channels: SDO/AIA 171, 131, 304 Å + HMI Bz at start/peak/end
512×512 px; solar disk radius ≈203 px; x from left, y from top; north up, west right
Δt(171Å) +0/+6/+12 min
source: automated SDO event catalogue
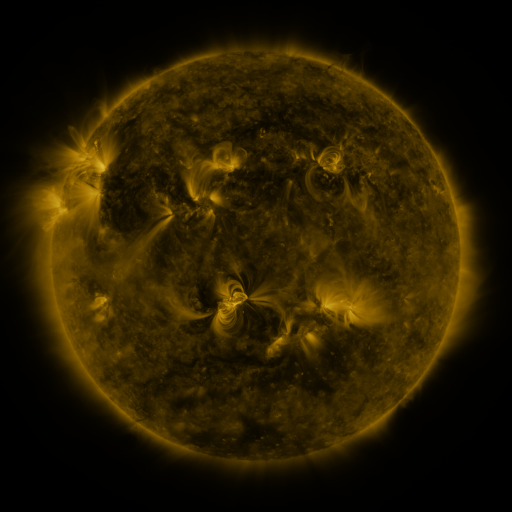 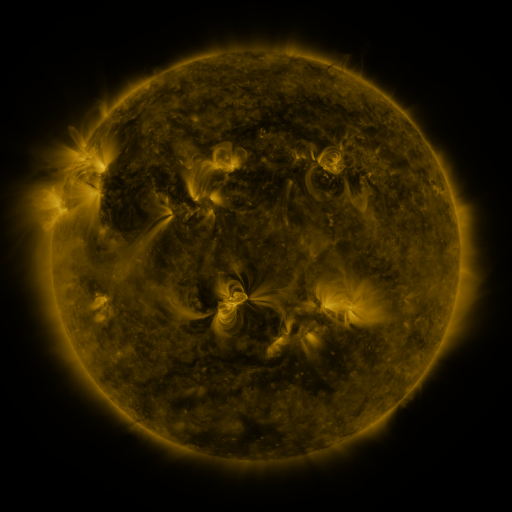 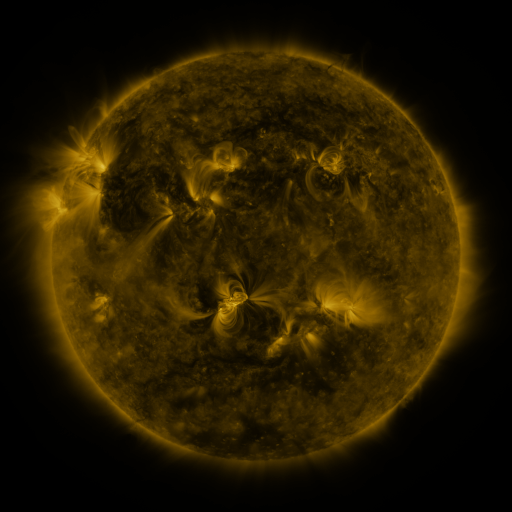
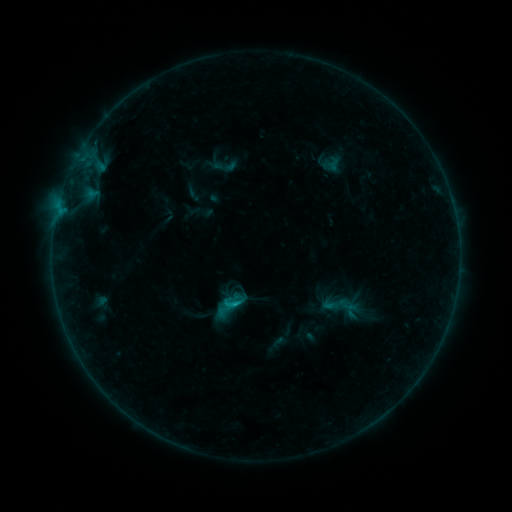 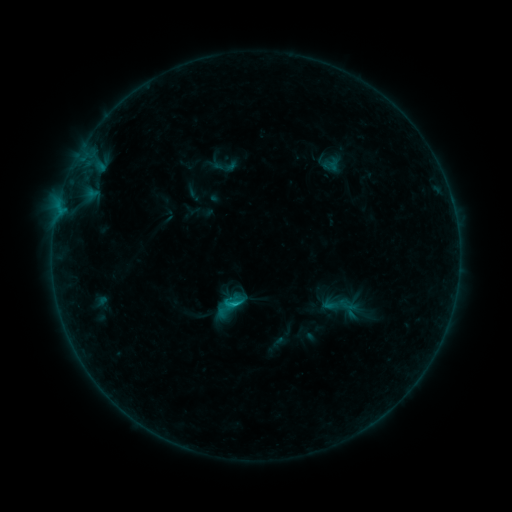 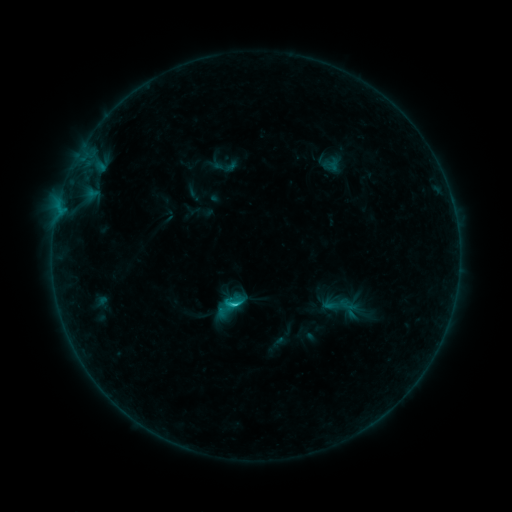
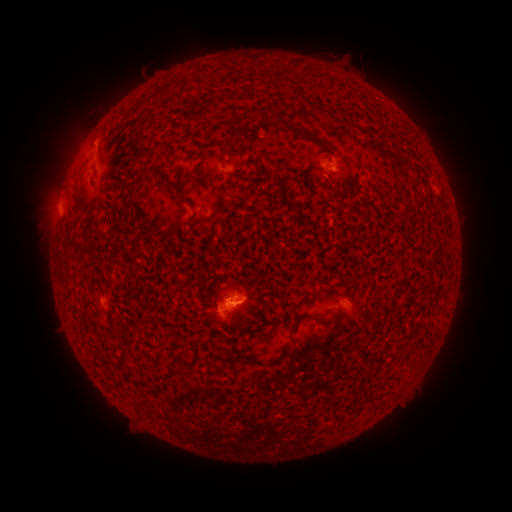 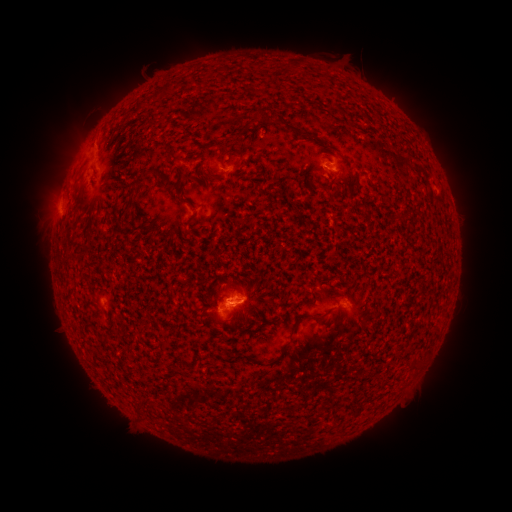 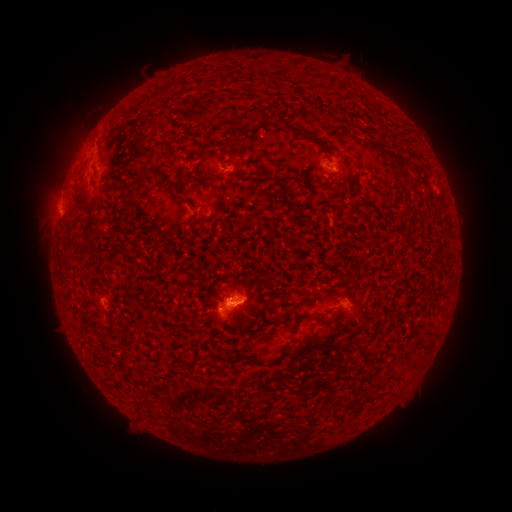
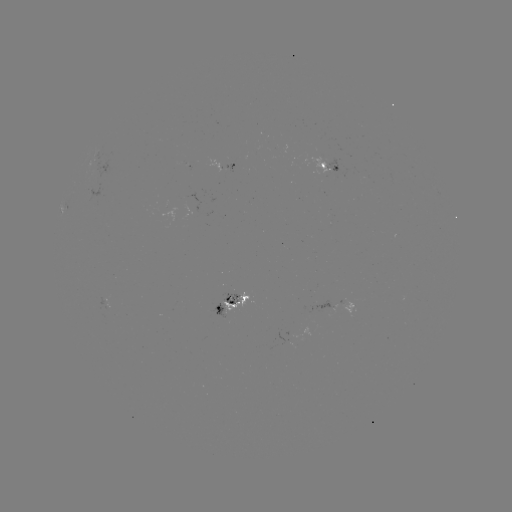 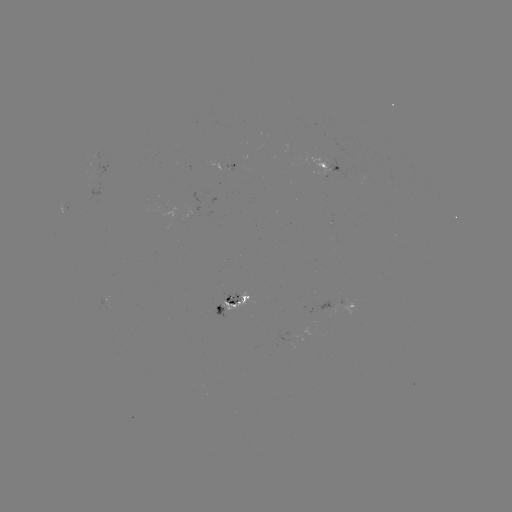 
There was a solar flare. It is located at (60, 212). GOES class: C1.1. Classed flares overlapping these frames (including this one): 1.